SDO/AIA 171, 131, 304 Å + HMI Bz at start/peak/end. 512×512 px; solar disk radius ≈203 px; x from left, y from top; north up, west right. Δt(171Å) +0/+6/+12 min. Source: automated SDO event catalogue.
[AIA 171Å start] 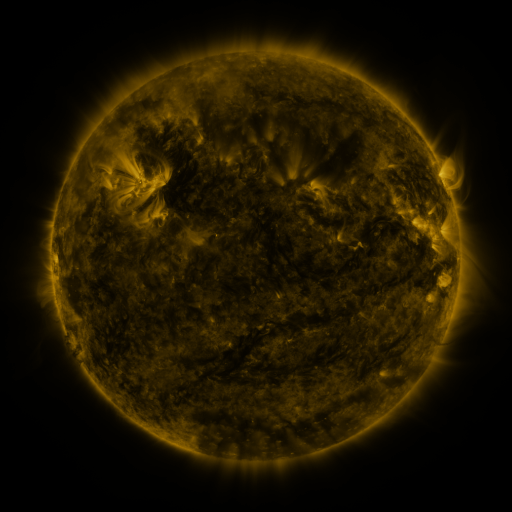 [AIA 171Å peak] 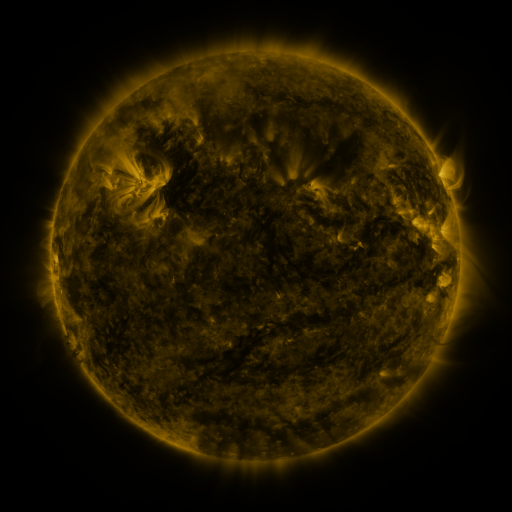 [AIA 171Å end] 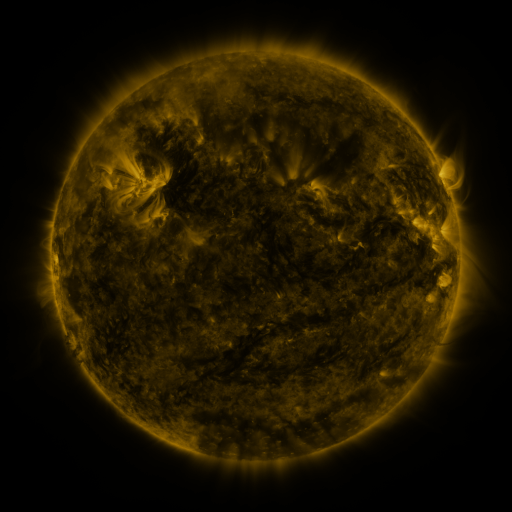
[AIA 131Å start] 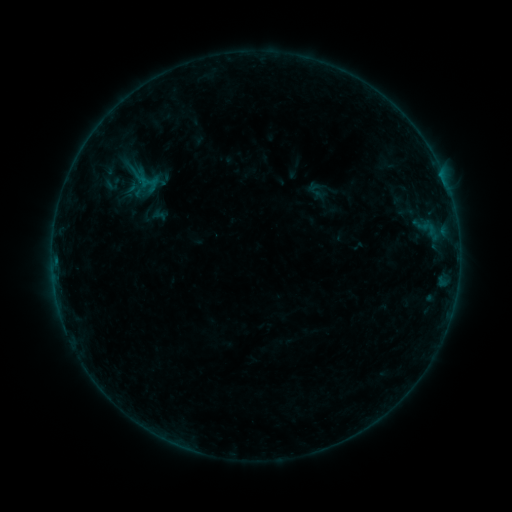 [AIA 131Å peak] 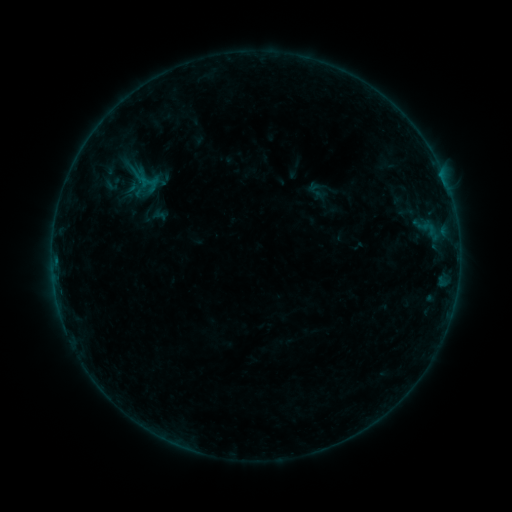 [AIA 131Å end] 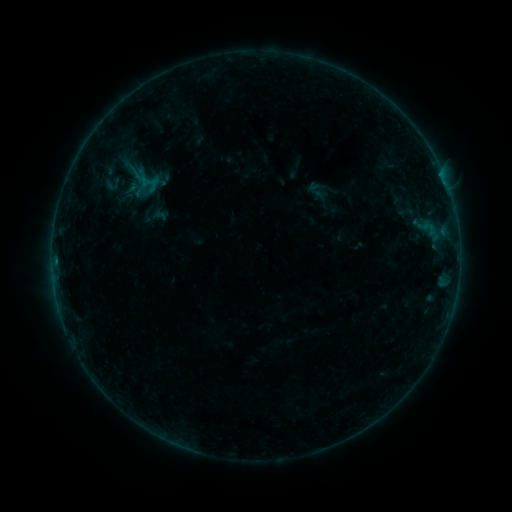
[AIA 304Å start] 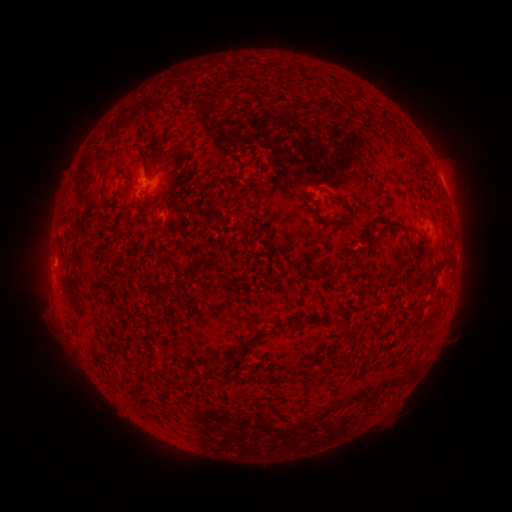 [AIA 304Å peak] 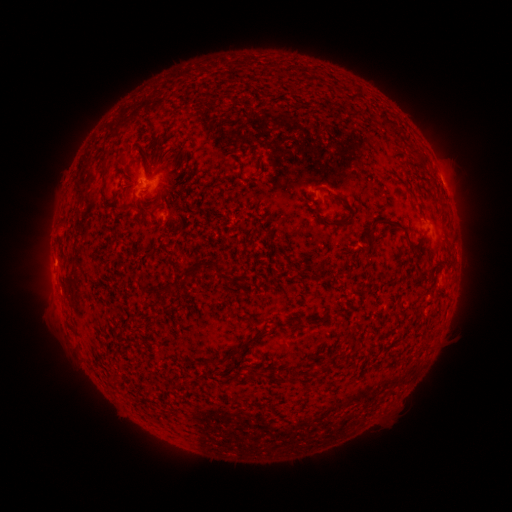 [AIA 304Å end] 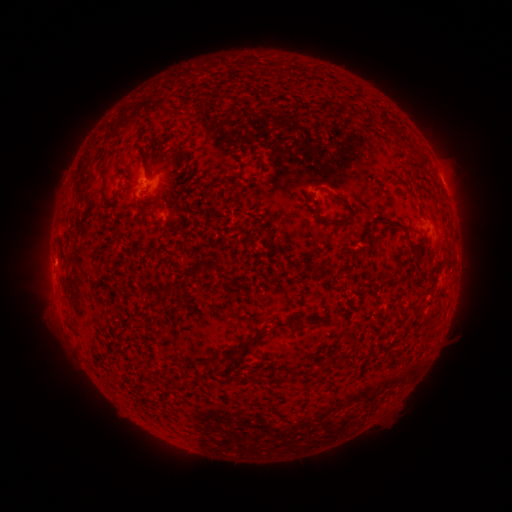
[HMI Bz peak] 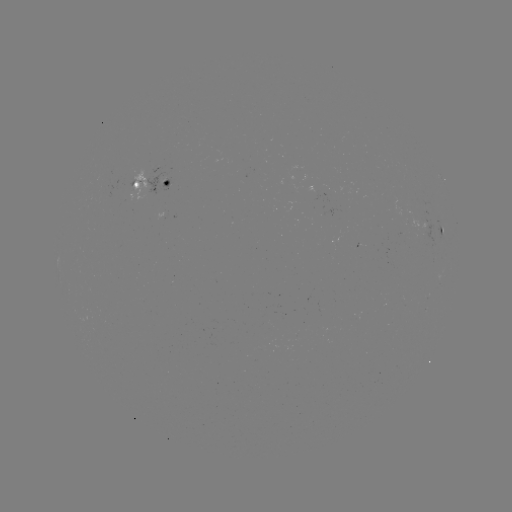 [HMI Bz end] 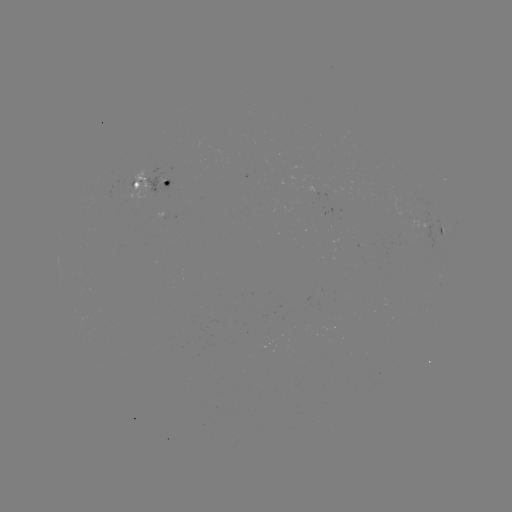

no catalogued flare and no flagged EUV brightening in this window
